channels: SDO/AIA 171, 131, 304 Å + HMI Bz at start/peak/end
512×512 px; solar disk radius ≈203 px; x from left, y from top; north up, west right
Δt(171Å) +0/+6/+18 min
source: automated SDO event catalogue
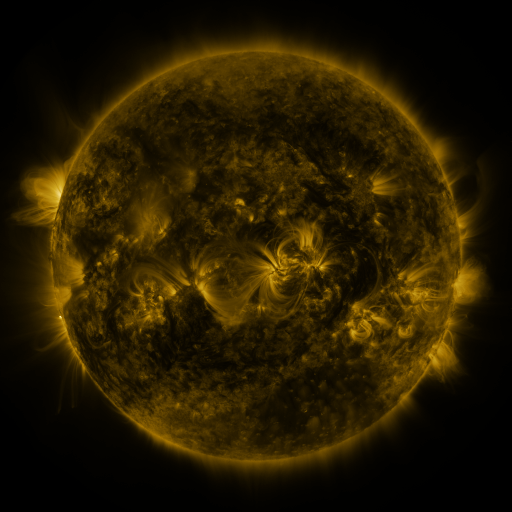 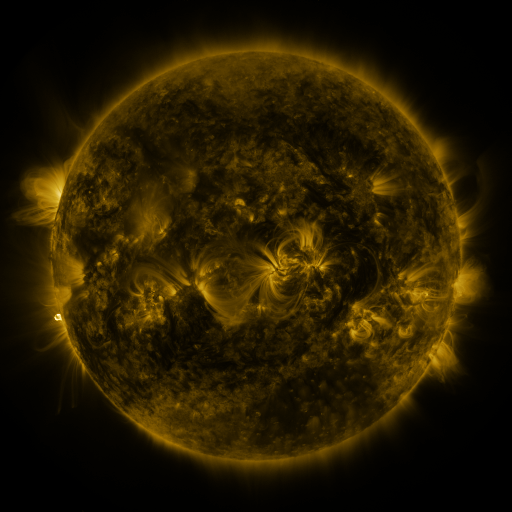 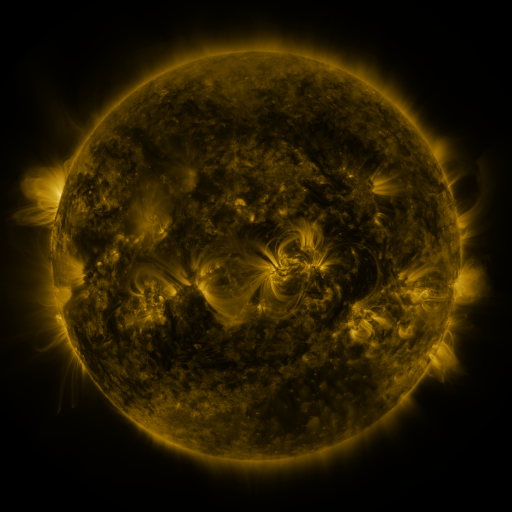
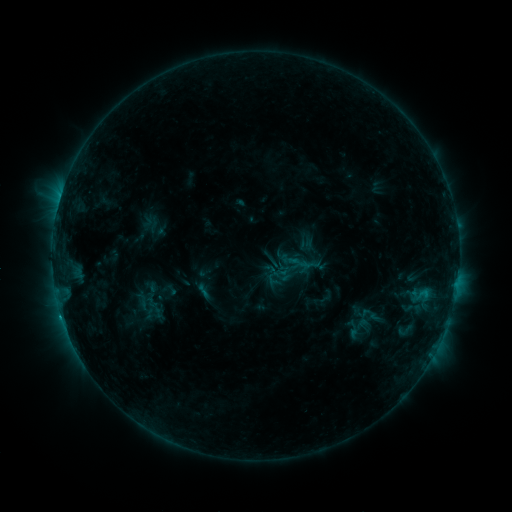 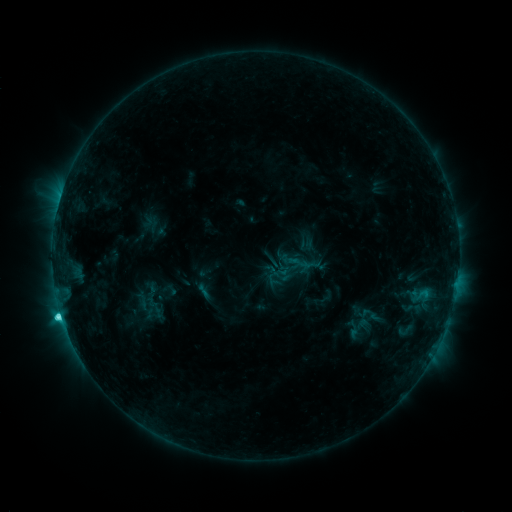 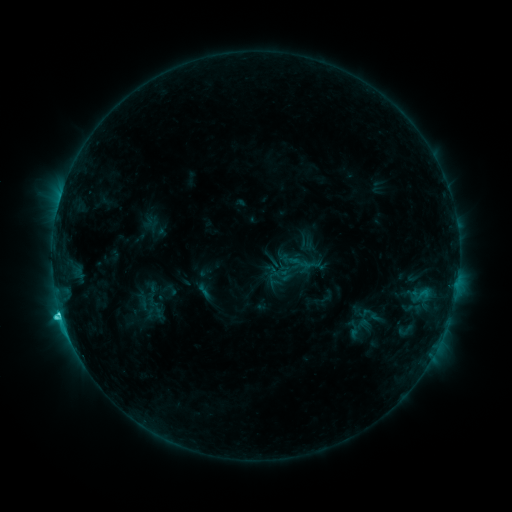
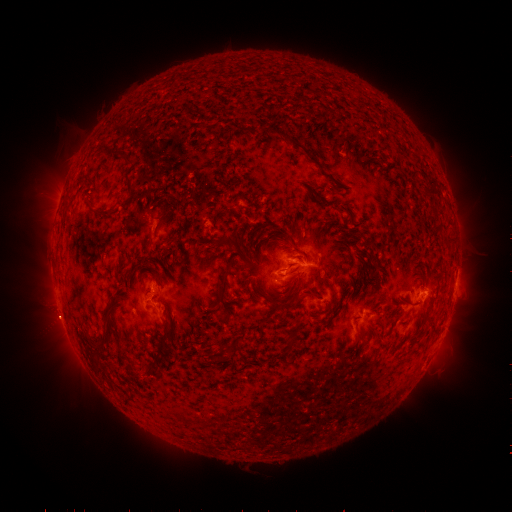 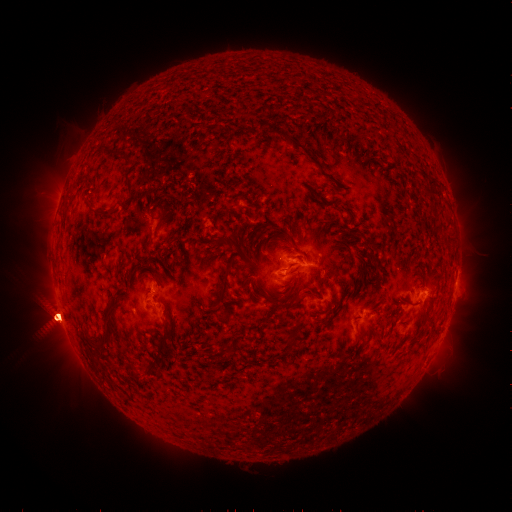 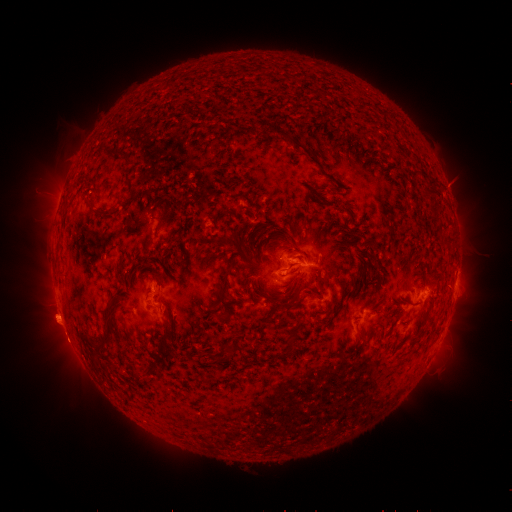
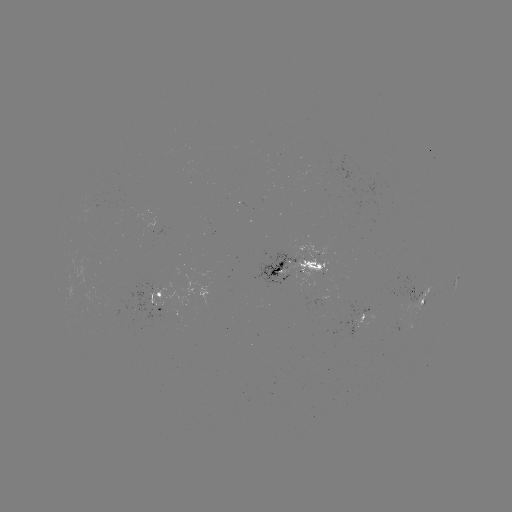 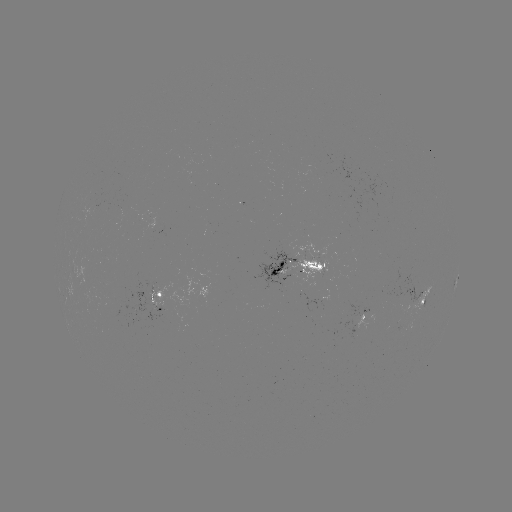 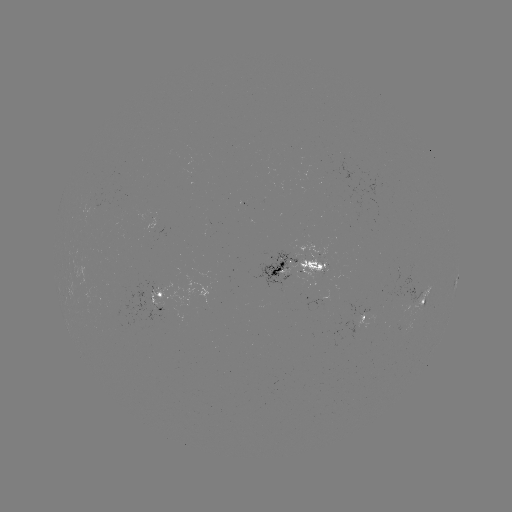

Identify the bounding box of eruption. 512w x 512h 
[0, 246, 132, 399].